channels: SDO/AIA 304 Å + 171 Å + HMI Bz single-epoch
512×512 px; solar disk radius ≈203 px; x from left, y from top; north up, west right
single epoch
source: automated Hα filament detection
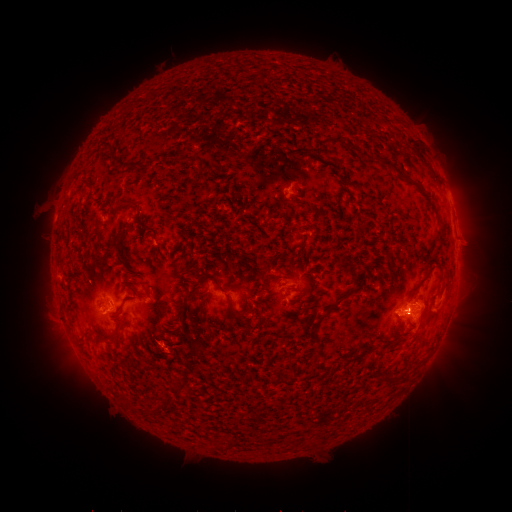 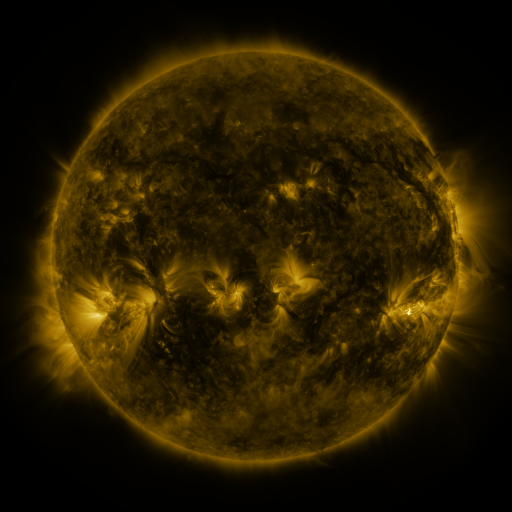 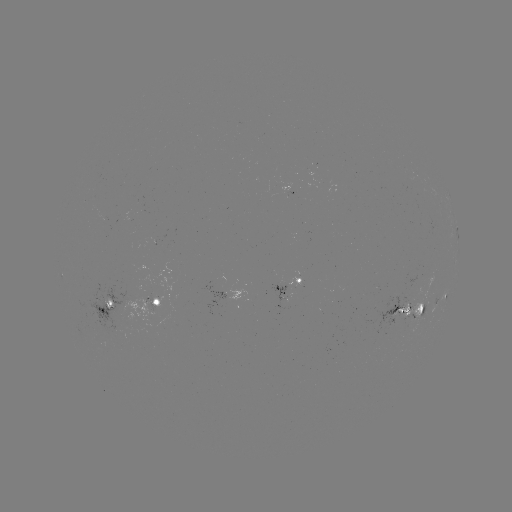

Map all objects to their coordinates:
filament: (339, 139)
filament: (352, 146)
filament: (386, 164)
filament: (127, 203)
filament: (338, 207)
filament: (97, 227)
filament: (344, 266)
filament: (266, 287)
filament: (189, 298)
filament: (228, 301)
filament: (337, 304)
filament: (117, 328)
filament: (189, 355)
filament: (361, 356)
filament: (400, 383)
filament: (180, 384)
